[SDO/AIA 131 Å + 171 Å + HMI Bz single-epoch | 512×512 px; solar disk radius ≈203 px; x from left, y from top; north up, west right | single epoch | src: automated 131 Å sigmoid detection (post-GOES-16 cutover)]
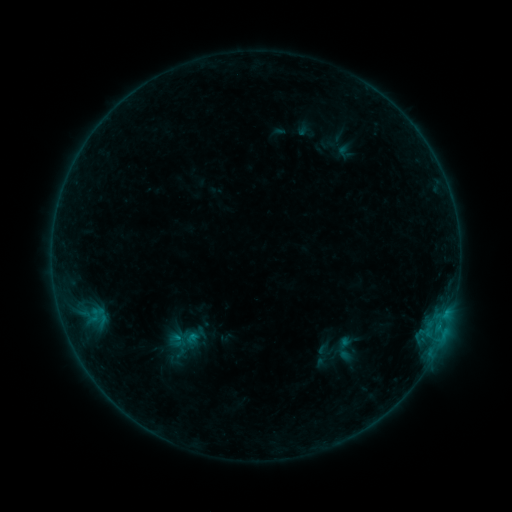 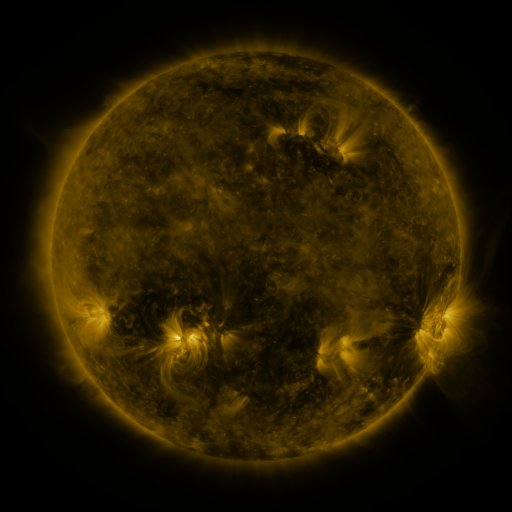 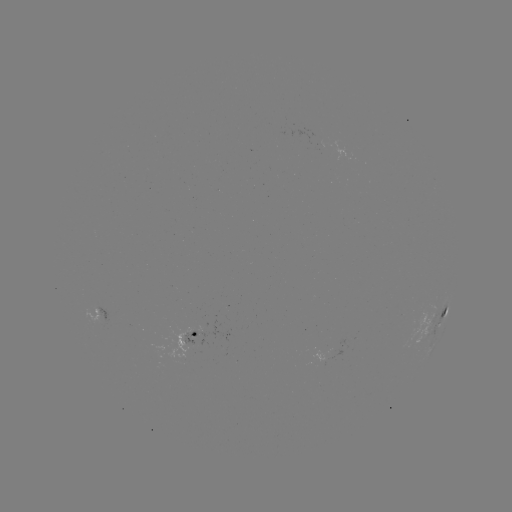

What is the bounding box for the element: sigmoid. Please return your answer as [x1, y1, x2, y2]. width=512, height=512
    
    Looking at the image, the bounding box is [332, 337, 355, 360].